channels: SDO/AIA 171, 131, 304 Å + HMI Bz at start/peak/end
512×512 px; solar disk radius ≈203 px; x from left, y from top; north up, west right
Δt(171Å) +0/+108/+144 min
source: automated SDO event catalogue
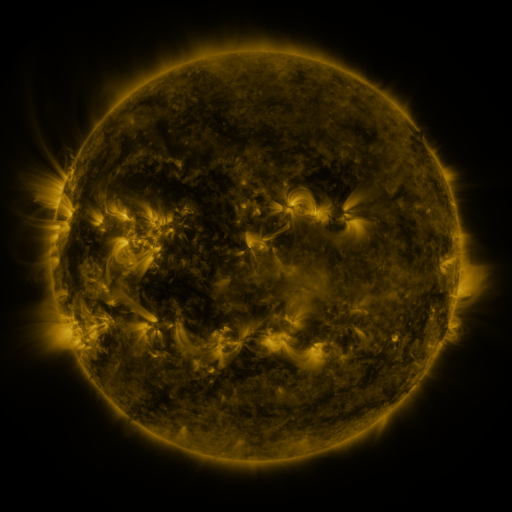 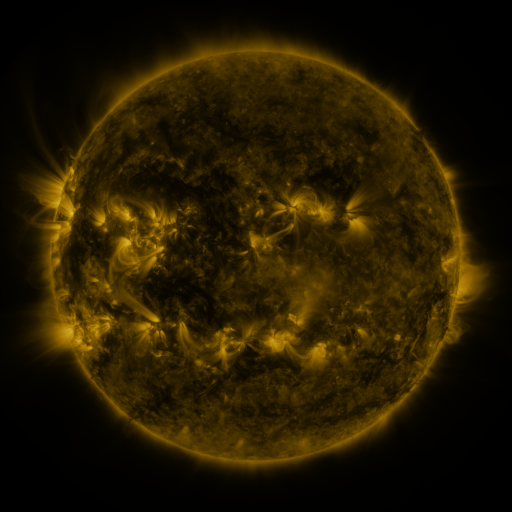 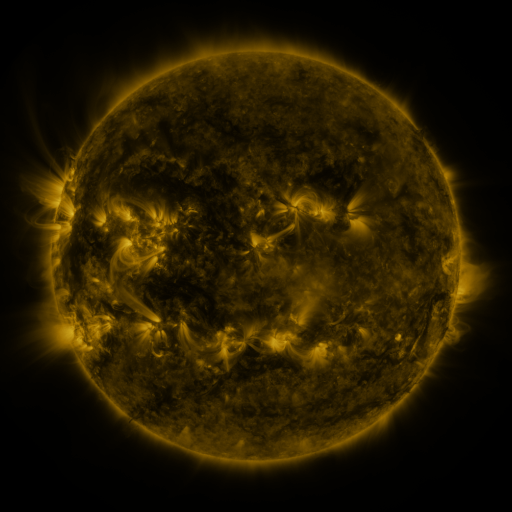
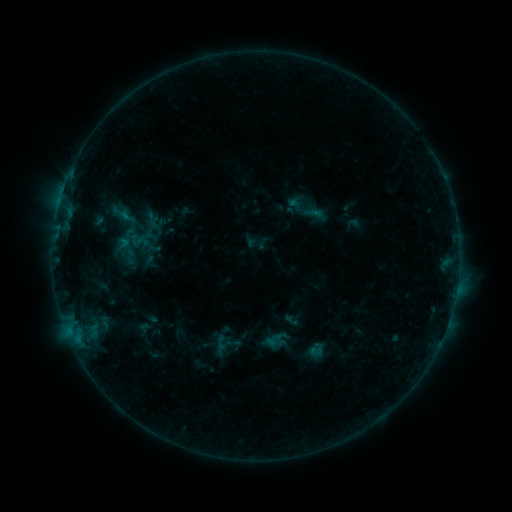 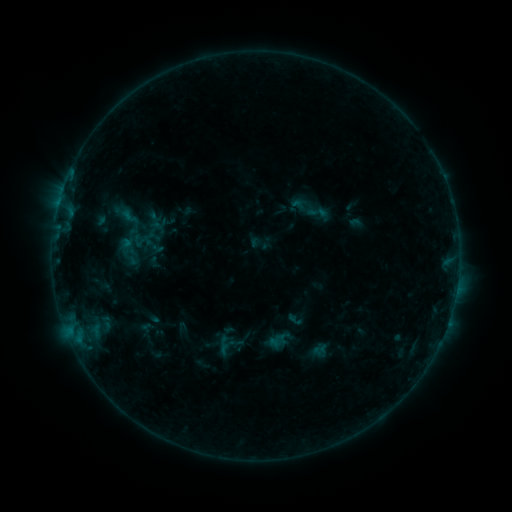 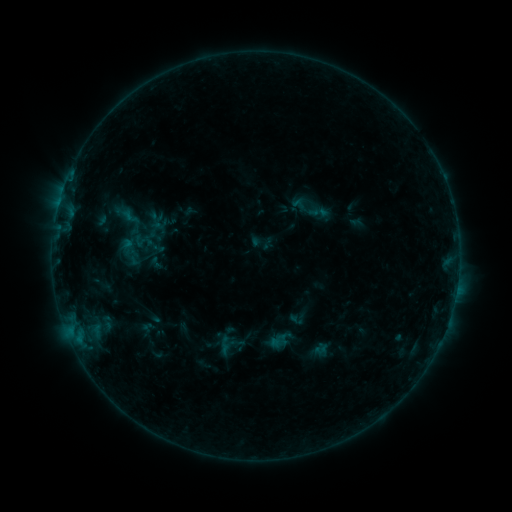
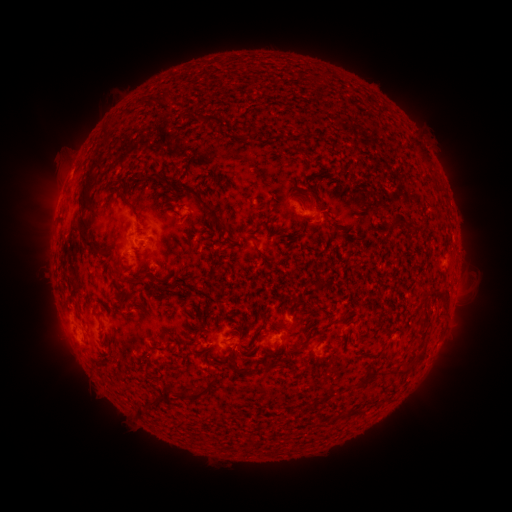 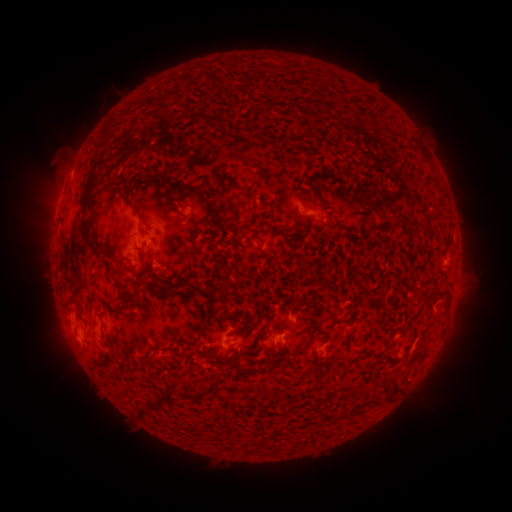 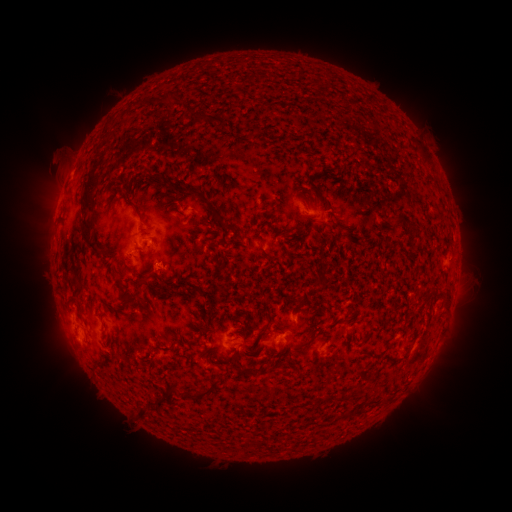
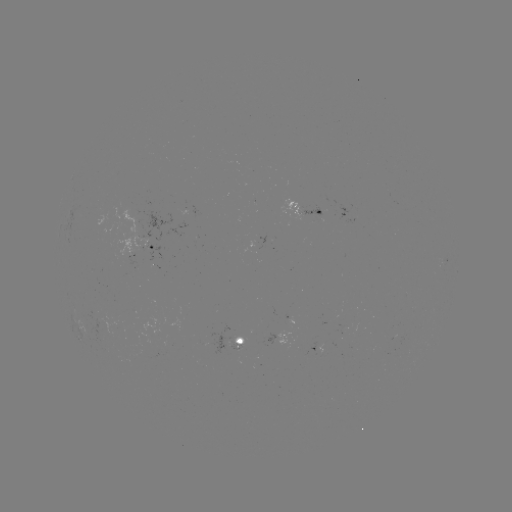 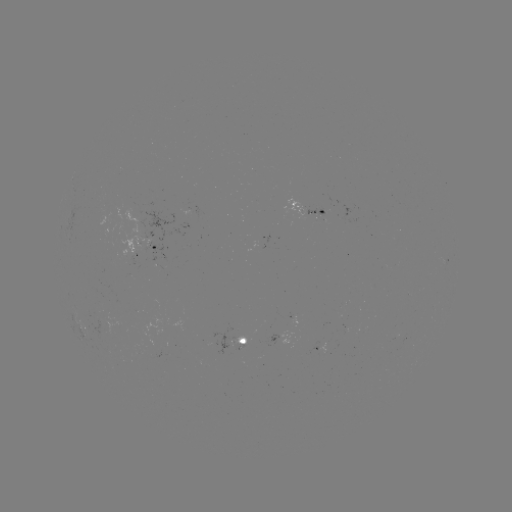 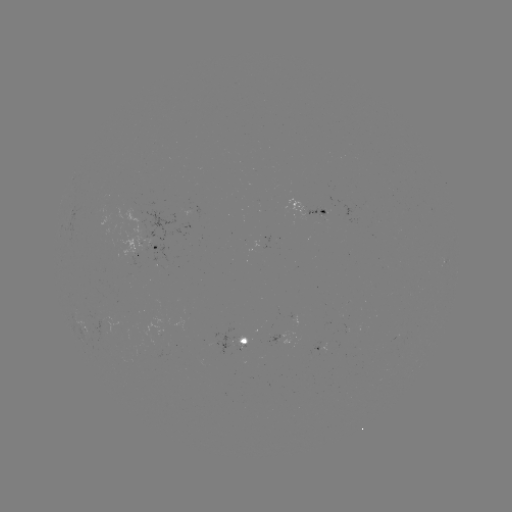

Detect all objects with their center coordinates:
emerging-flux region: (323, 352)
